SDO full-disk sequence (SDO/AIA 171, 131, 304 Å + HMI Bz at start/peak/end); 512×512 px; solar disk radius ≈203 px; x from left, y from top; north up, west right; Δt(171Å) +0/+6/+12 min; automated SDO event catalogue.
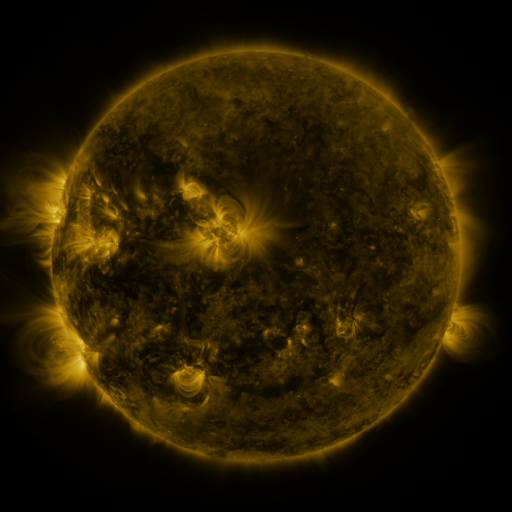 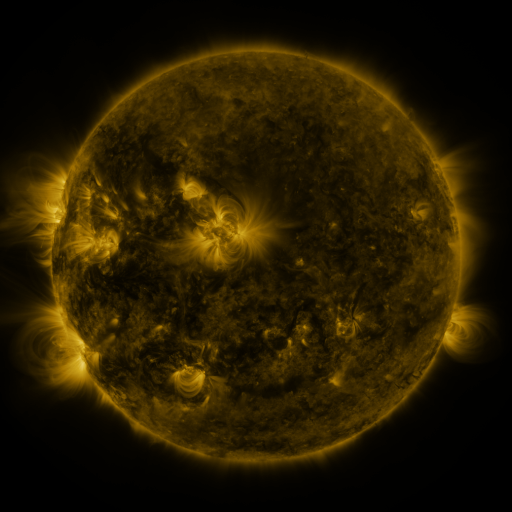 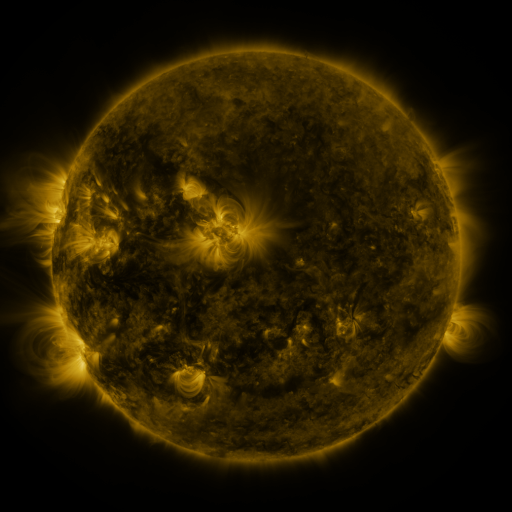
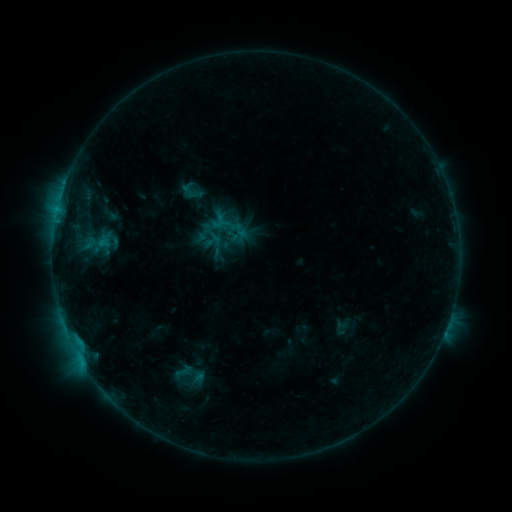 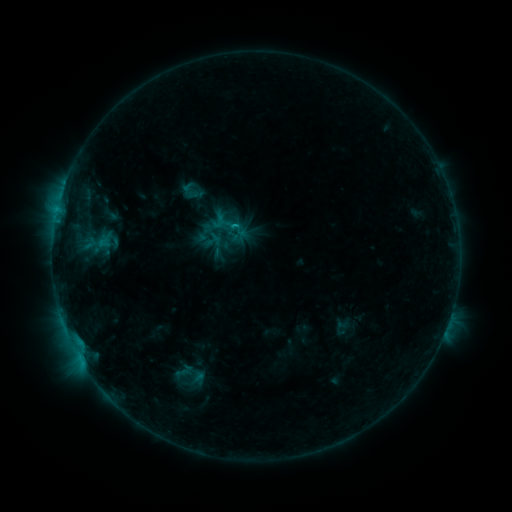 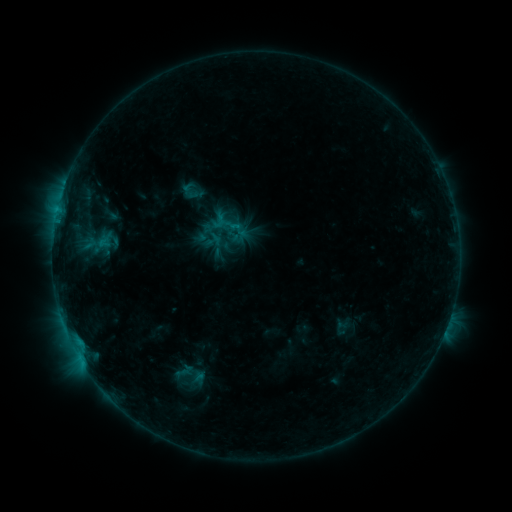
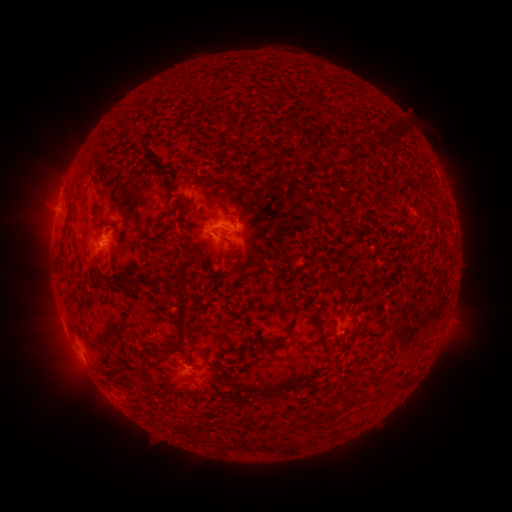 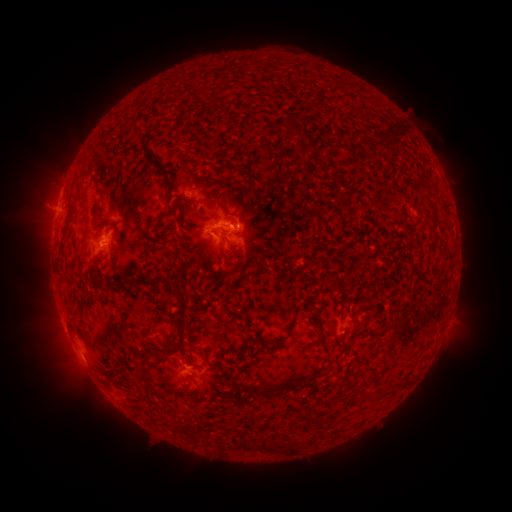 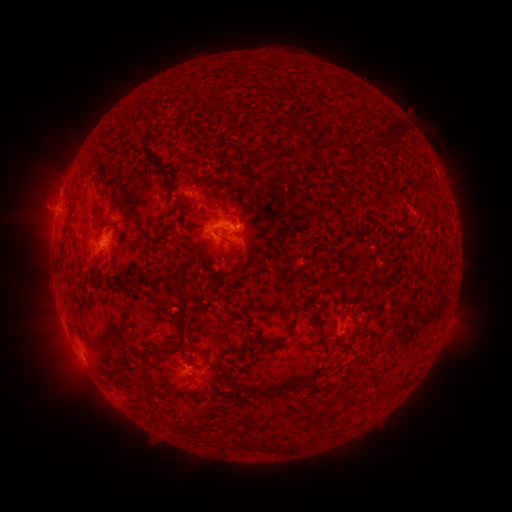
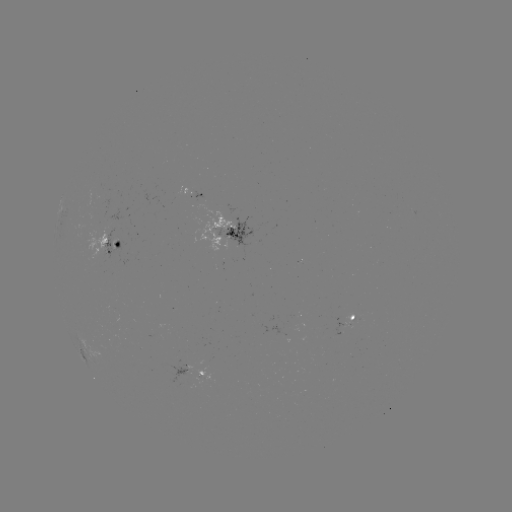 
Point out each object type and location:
B8.1 flare: (235, 226)
